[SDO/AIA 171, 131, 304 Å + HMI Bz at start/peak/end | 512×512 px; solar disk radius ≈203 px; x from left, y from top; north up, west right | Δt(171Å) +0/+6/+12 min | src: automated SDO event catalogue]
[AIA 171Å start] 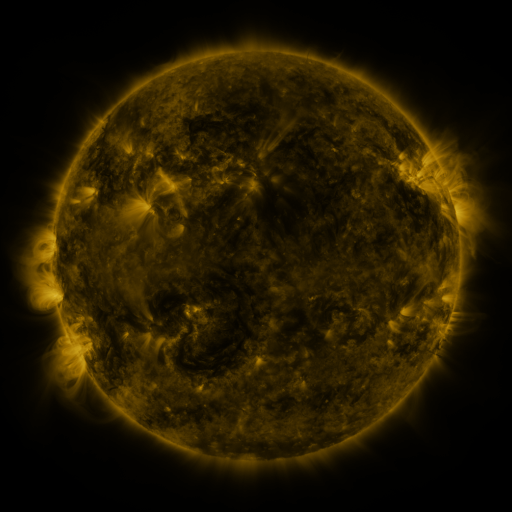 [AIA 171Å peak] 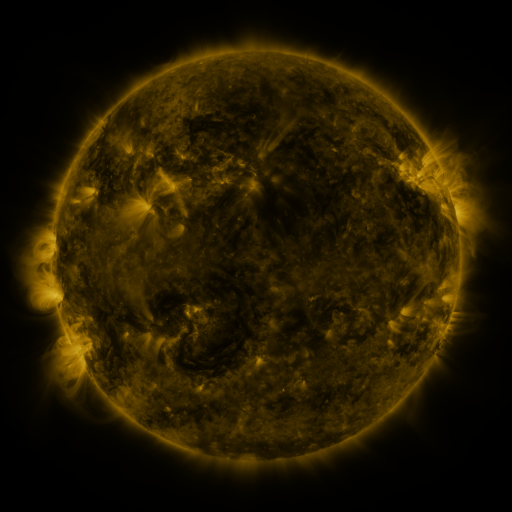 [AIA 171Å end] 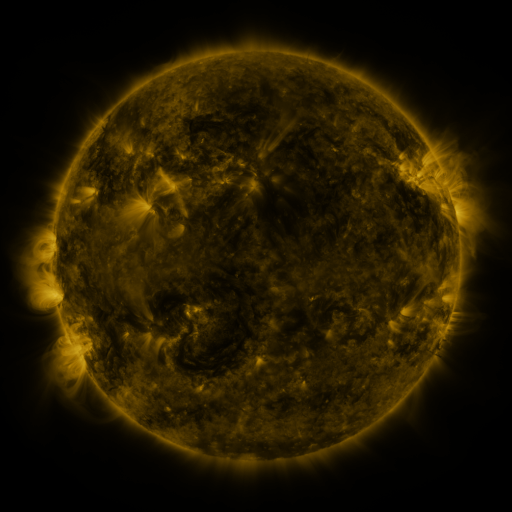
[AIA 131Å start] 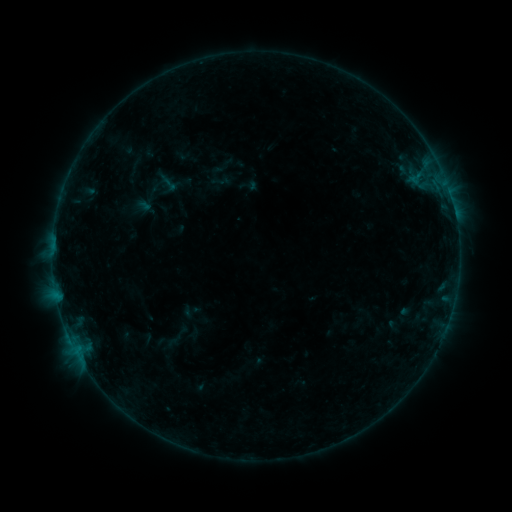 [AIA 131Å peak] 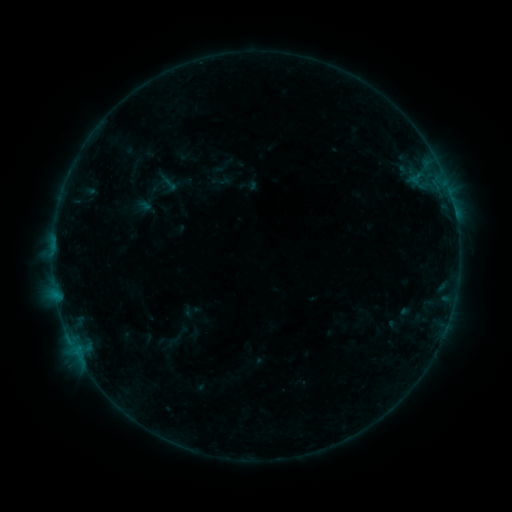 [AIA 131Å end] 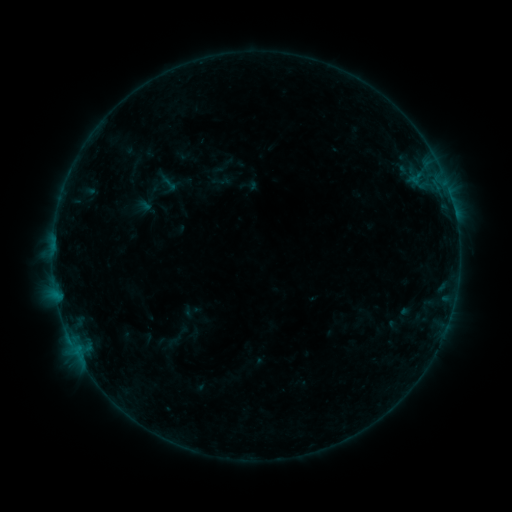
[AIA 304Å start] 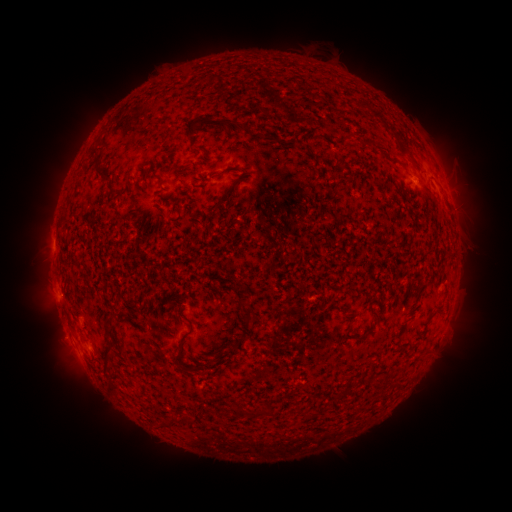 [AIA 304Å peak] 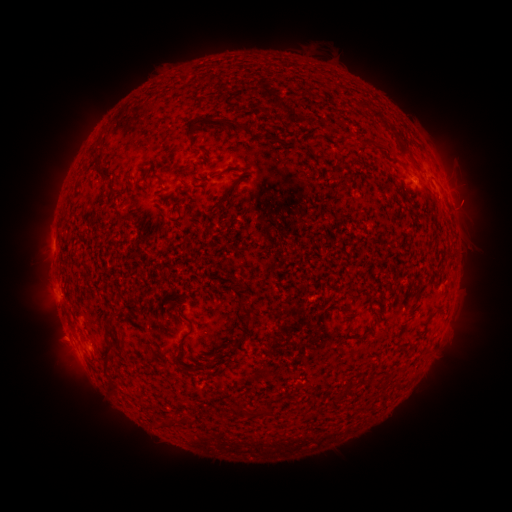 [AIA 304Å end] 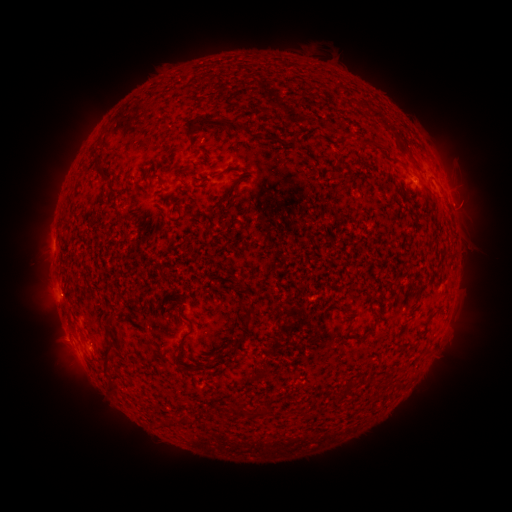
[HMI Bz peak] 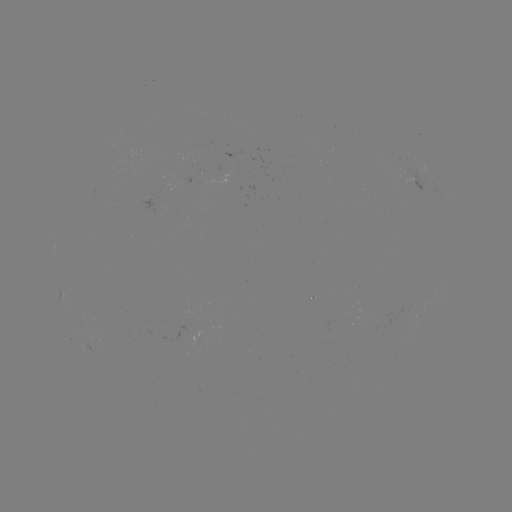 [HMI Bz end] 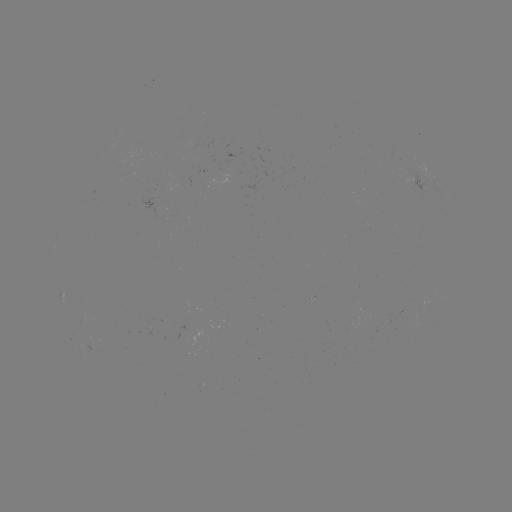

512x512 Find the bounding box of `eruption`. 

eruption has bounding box [444, 187, 492, 233].